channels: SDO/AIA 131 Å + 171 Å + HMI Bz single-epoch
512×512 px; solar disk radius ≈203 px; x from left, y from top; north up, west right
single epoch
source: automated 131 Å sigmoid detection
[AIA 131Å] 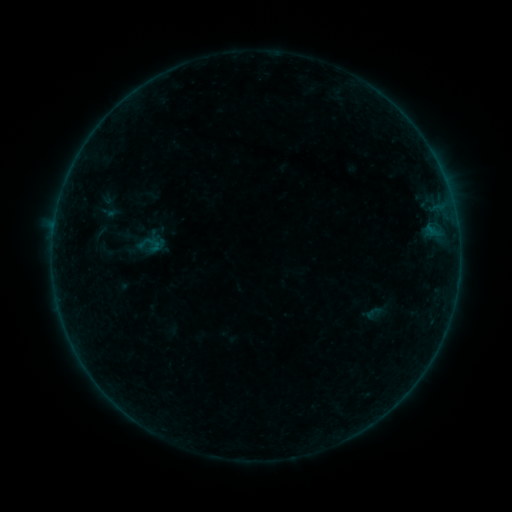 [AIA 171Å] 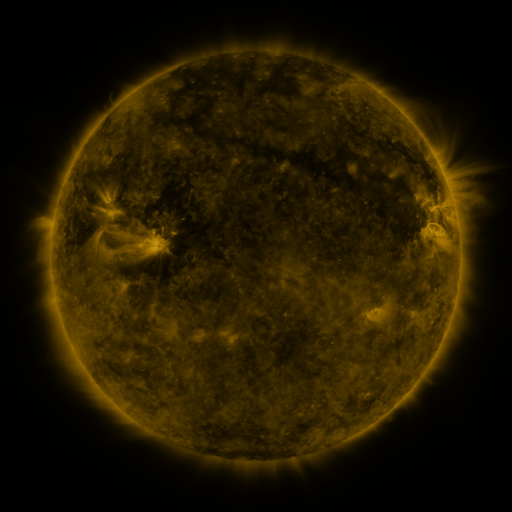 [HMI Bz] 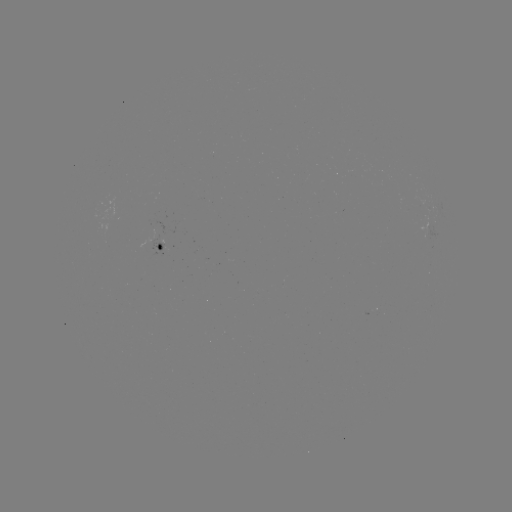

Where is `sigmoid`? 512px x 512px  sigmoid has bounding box [364, 303, 383, 322].